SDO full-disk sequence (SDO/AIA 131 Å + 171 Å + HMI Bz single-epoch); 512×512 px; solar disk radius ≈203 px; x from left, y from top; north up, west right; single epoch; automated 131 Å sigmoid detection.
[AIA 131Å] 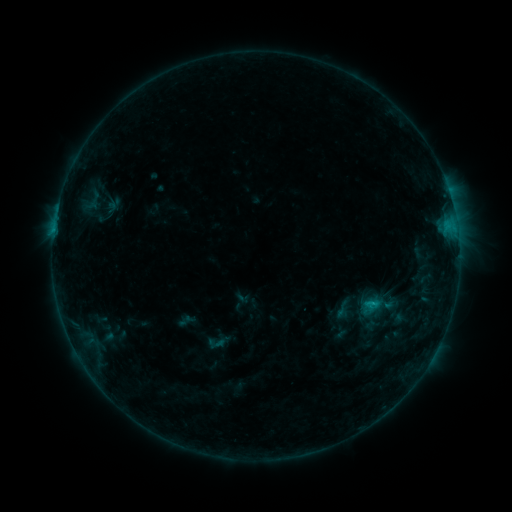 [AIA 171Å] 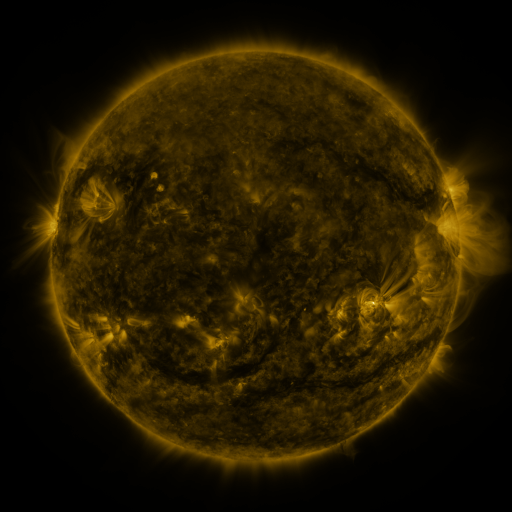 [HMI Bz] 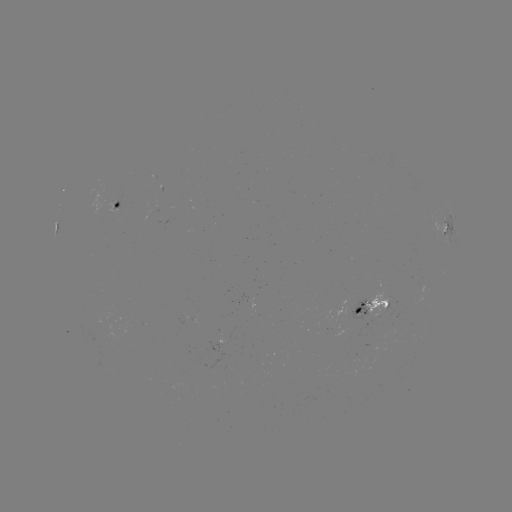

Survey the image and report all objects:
sigmoid: (332, 300, 351, 318)
